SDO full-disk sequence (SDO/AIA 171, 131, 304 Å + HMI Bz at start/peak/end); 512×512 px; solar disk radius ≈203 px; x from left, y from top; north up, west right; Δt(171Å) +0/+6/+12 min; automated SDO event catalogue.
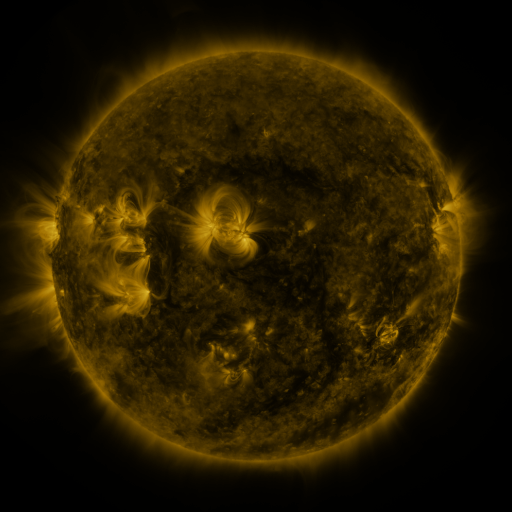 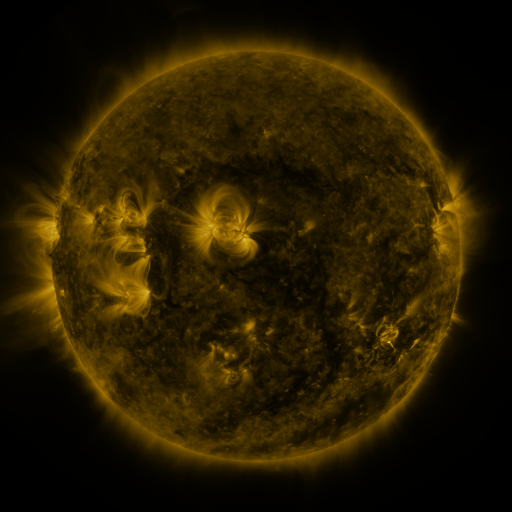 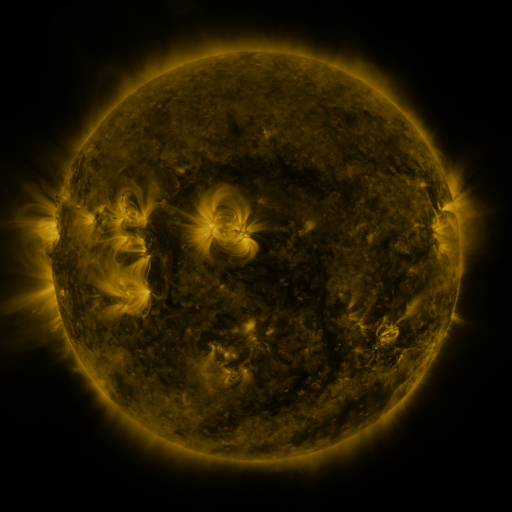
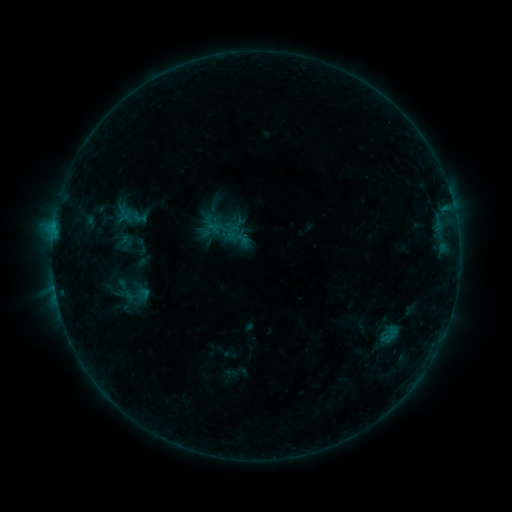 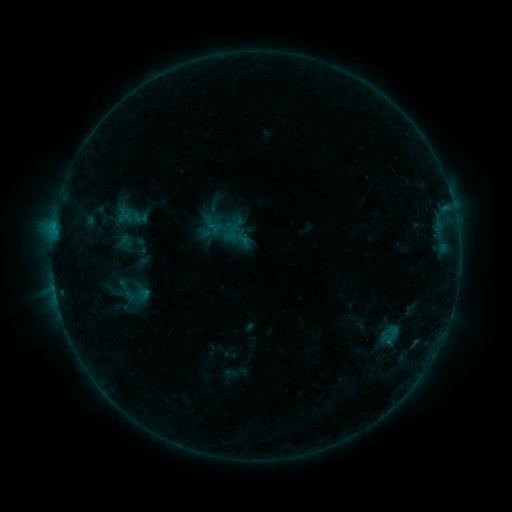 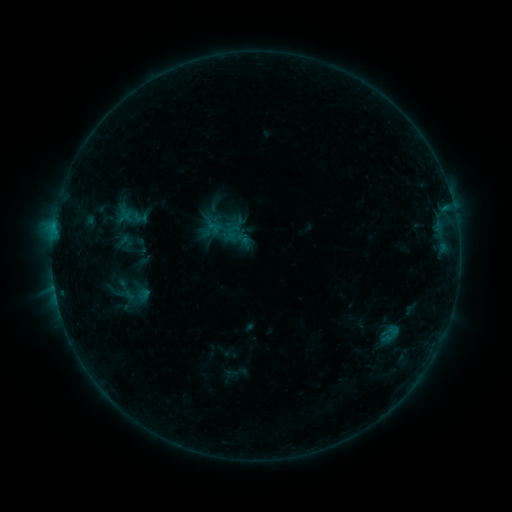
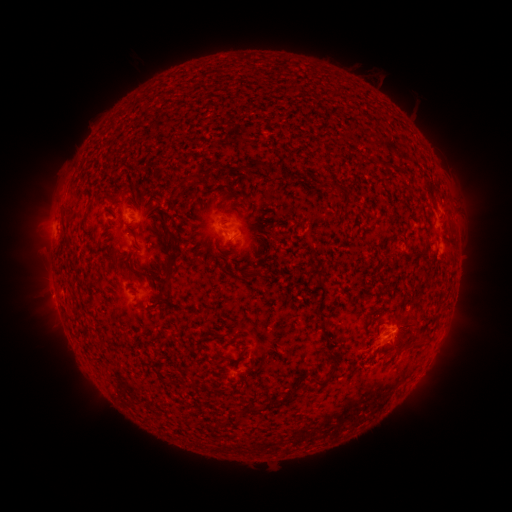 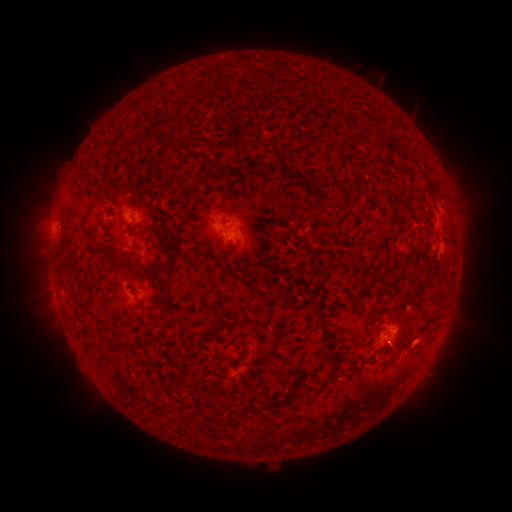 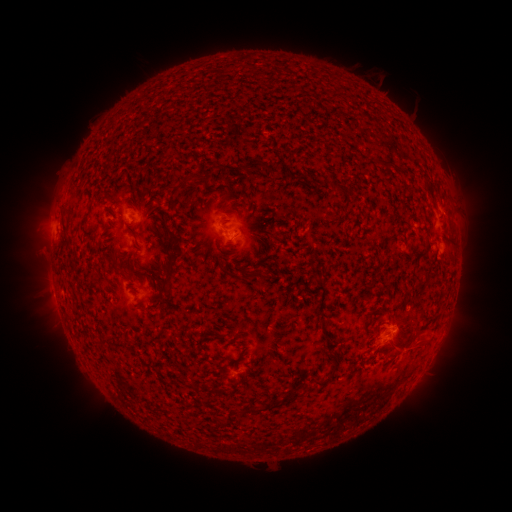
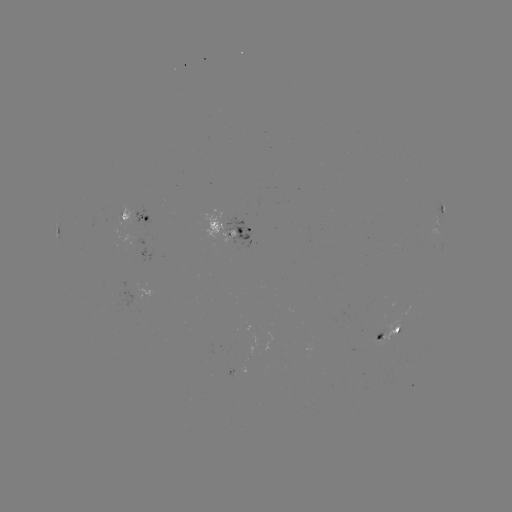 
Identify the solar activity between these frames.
eruption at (419, 341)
